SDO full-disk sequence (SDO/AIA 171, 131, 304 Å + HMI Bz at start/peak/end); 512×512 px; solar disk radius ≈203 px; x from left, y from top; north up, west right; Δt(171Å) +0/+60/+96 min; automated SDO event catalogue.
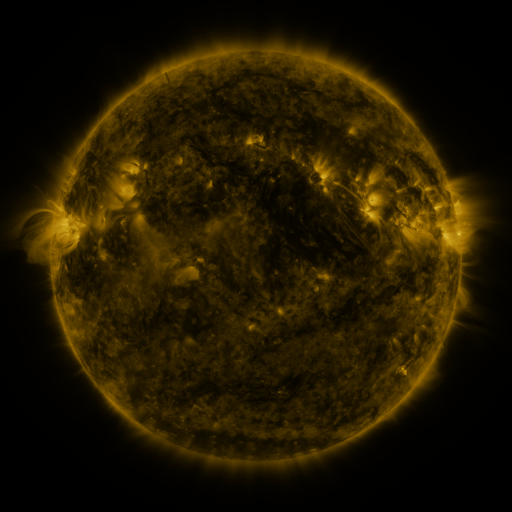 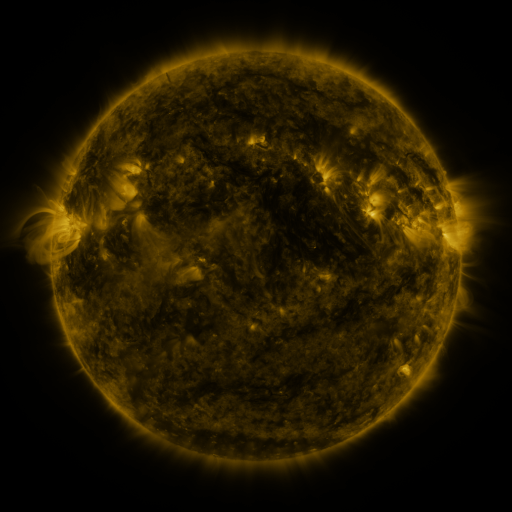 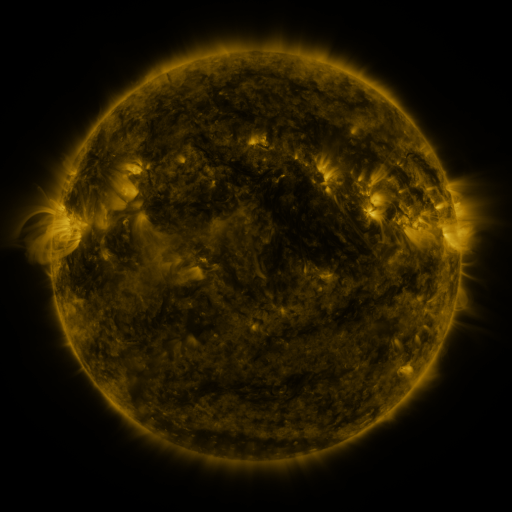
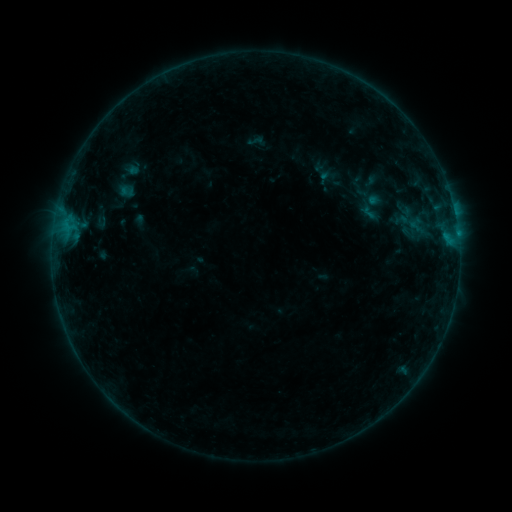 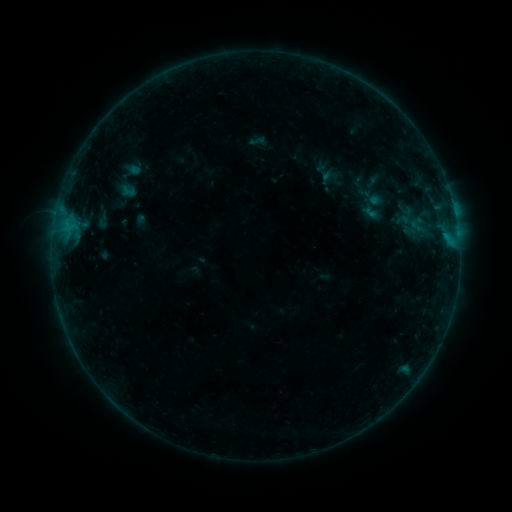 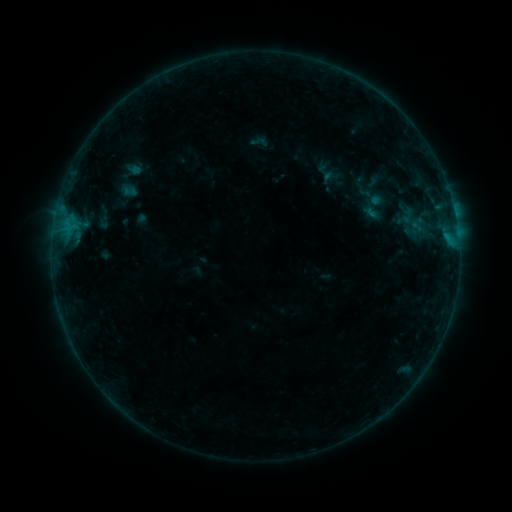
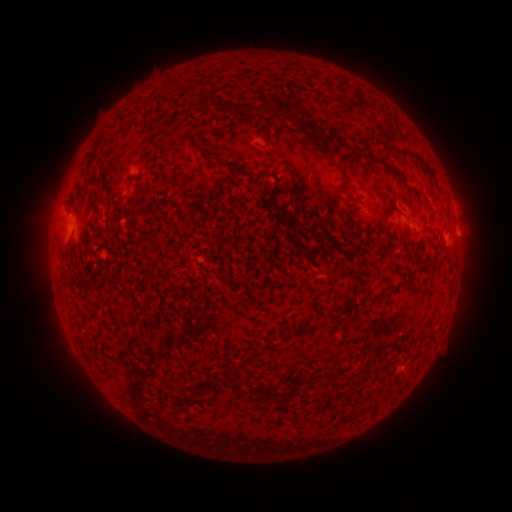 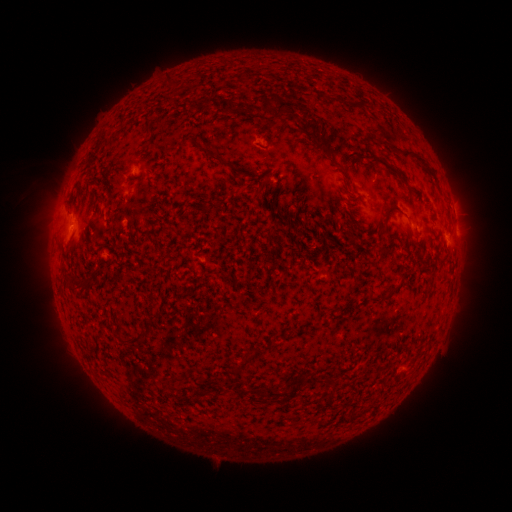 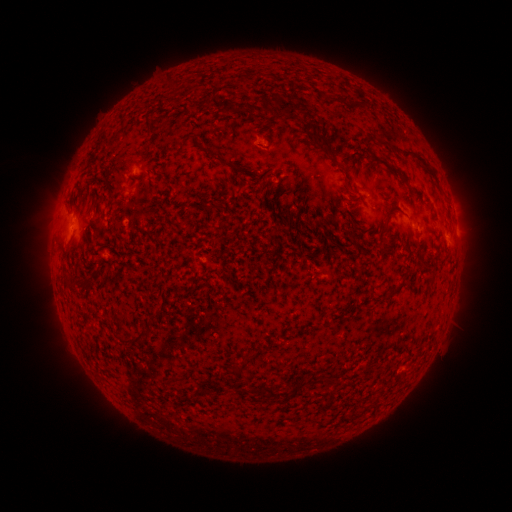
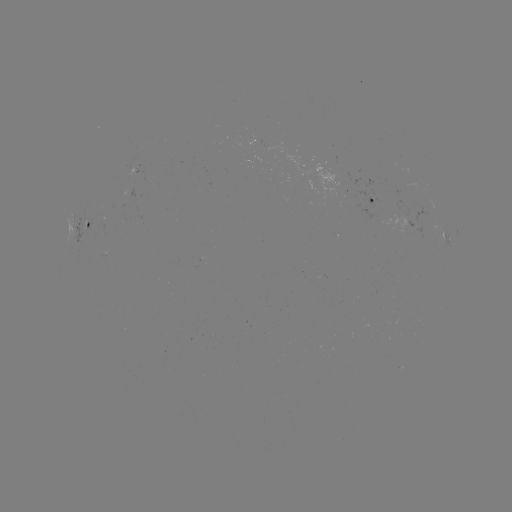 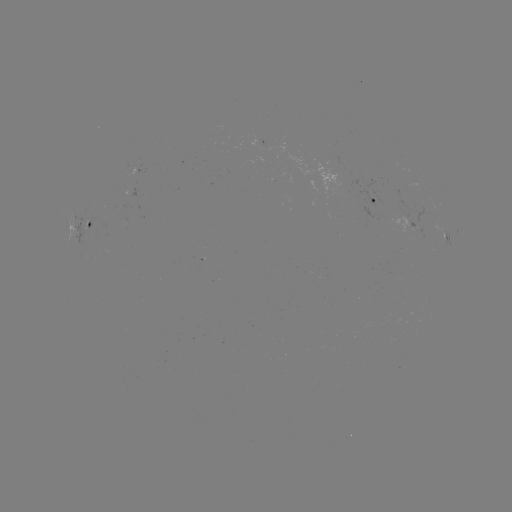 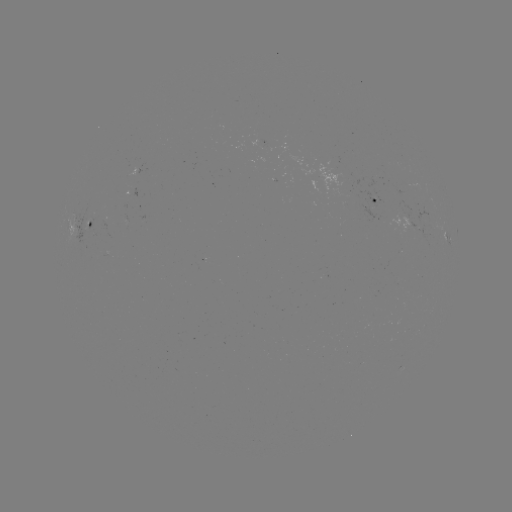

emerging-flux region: (250, 141, 263, 145)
